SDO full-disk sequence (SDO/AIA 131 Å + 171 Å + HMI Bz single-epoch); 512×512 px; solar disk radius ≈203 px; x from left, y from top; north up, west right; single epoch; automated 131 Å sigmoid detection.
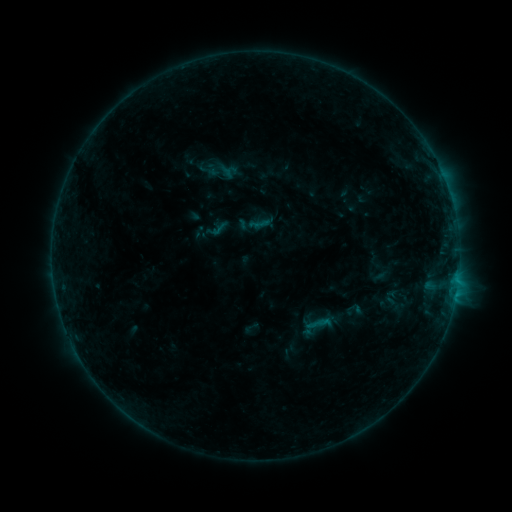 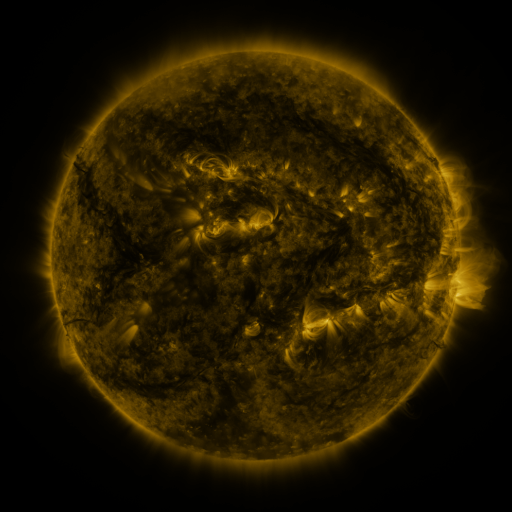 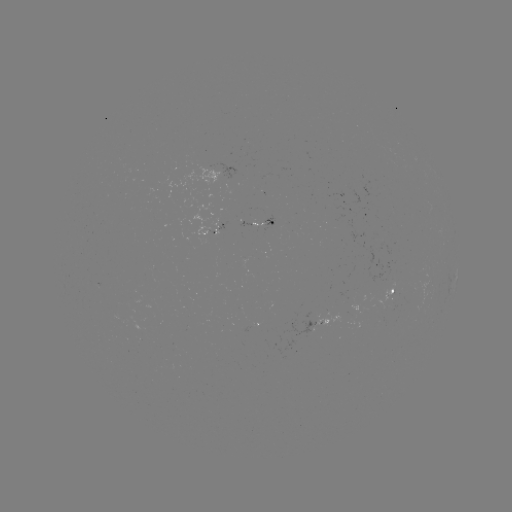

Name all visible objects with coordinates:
sigmoid: (209, 159, 233, 183)
sigmoid: (305, 309, 333, 338)
